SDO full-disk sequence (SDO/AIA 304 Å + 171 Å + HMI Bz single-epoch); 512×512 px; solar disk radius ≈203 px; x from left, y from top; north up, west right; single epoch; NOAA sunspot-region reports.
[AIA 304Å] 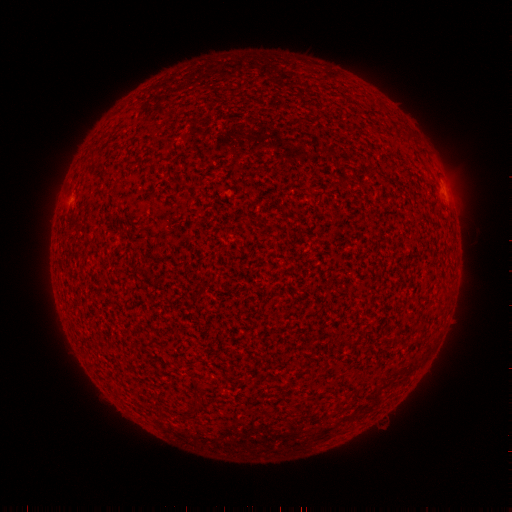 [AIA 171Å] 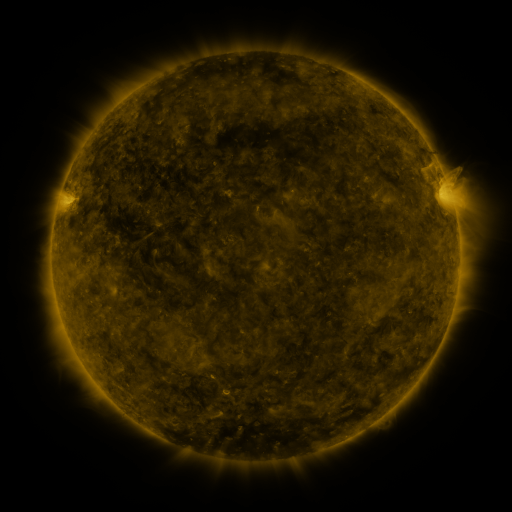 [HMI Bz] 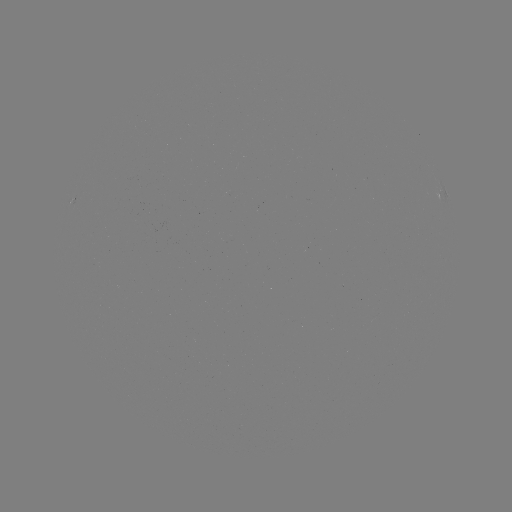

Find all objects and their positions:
(none)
